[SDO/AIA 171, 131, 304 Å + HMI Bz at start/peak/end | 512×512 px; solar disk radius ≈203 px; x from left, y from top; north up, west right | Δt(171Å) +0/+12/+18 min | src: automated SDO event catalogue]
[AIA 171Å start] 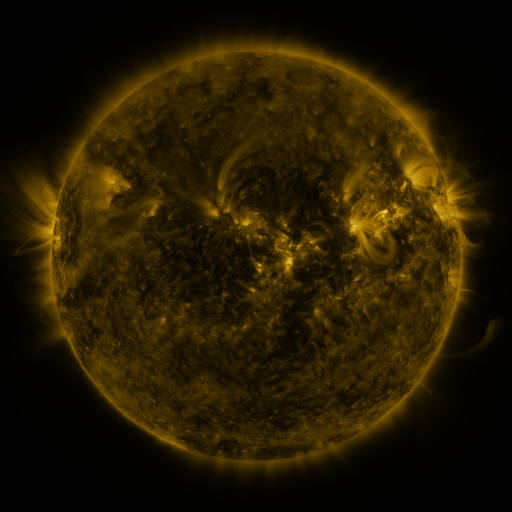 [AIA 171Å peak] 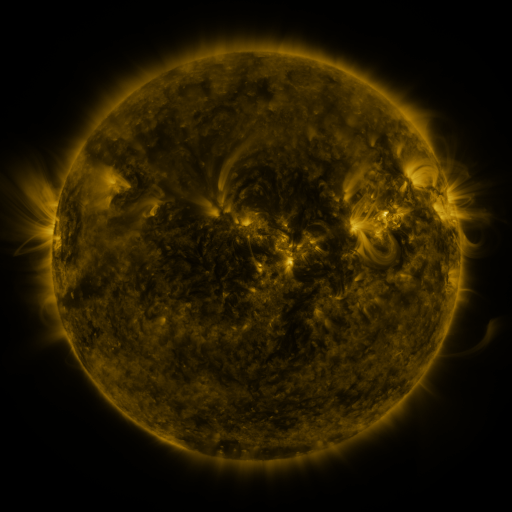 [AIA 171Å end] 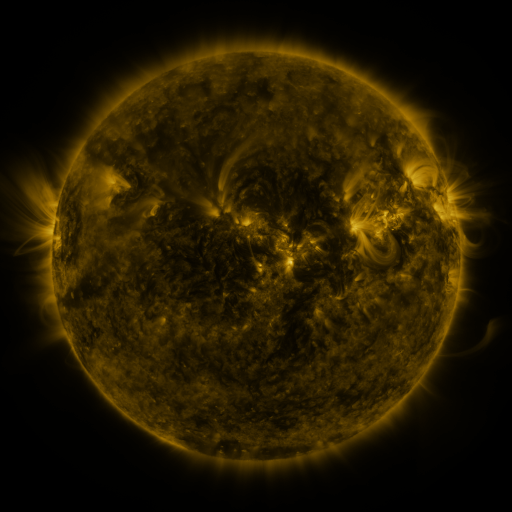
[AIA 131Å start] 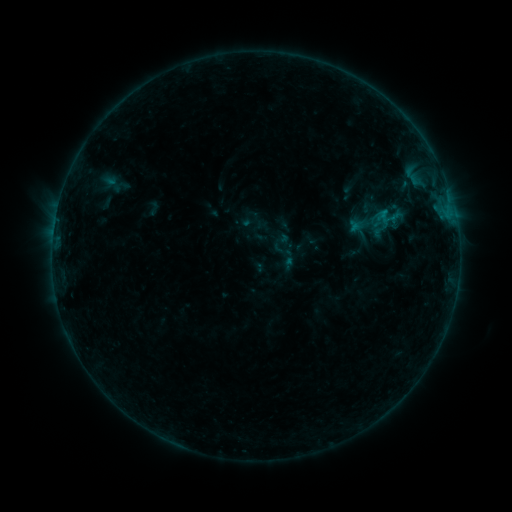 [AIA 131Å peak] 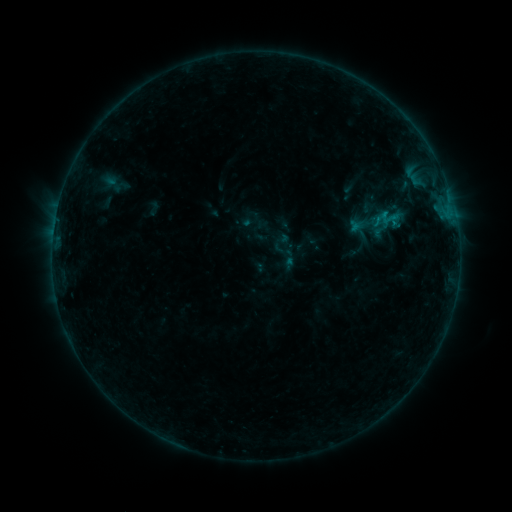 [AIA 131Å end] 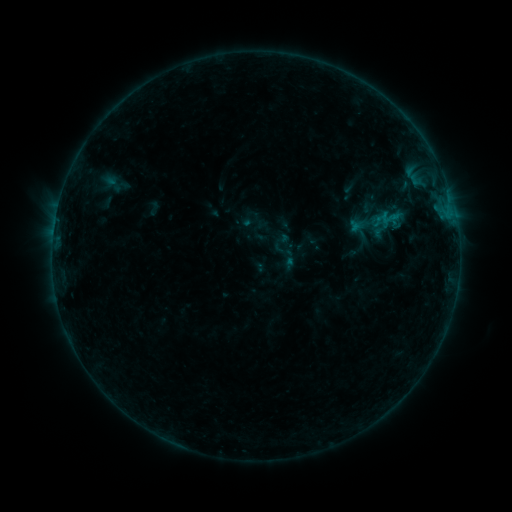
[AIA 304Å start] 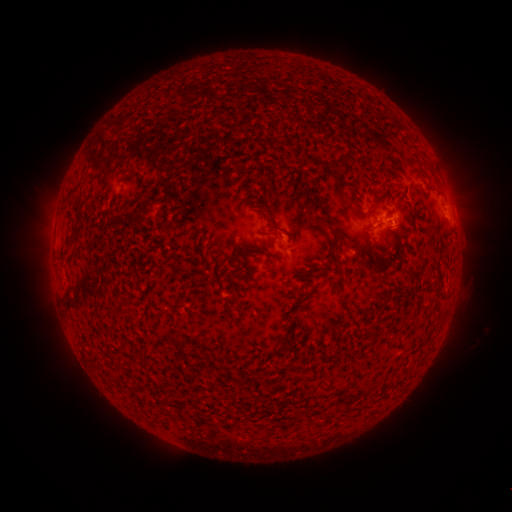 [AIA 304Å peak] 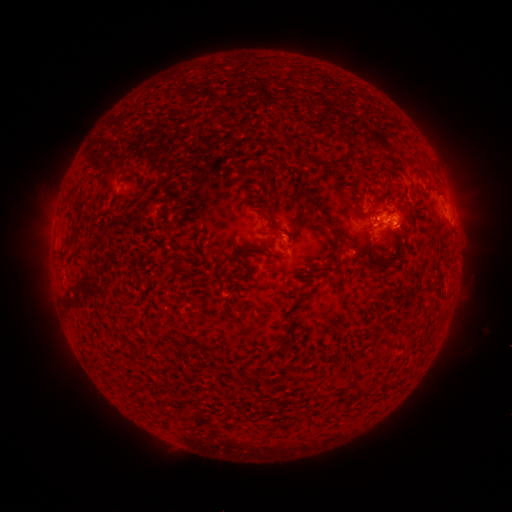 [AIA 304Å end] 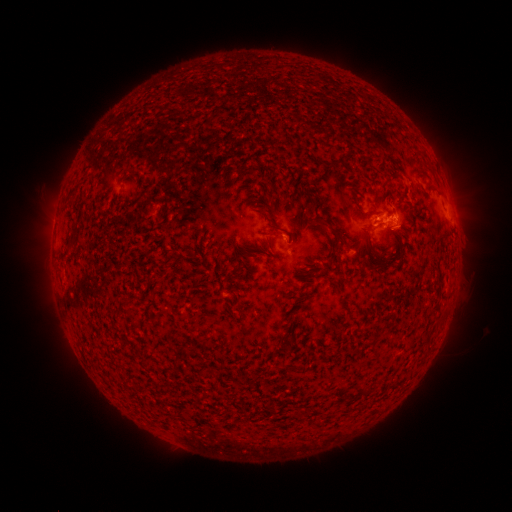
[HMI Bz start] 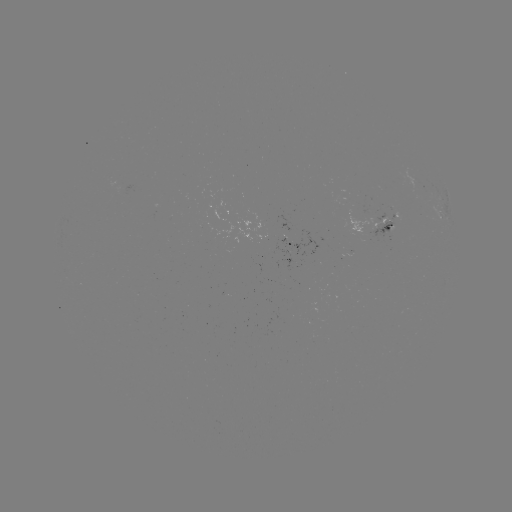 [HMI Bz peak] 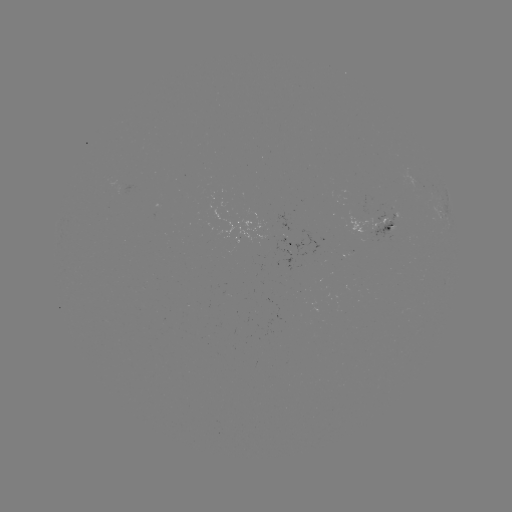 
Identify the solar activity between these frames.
B4.1 flare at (393, 226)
